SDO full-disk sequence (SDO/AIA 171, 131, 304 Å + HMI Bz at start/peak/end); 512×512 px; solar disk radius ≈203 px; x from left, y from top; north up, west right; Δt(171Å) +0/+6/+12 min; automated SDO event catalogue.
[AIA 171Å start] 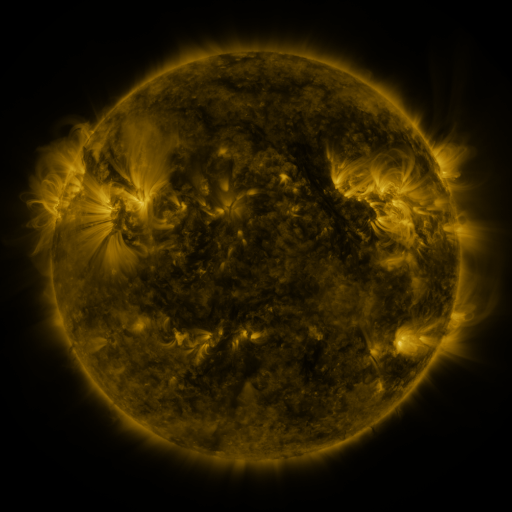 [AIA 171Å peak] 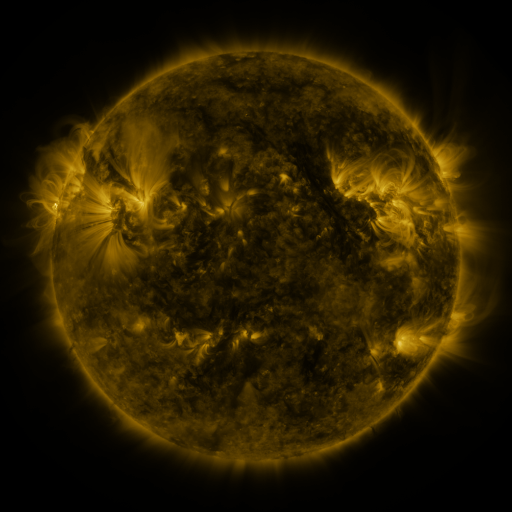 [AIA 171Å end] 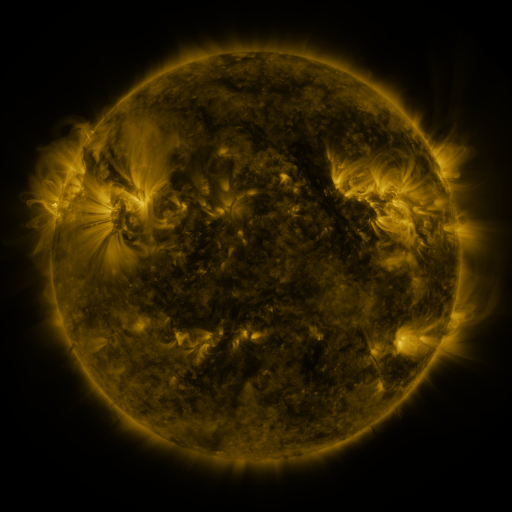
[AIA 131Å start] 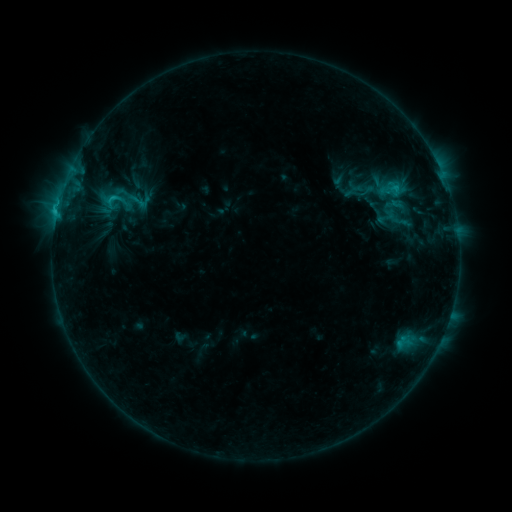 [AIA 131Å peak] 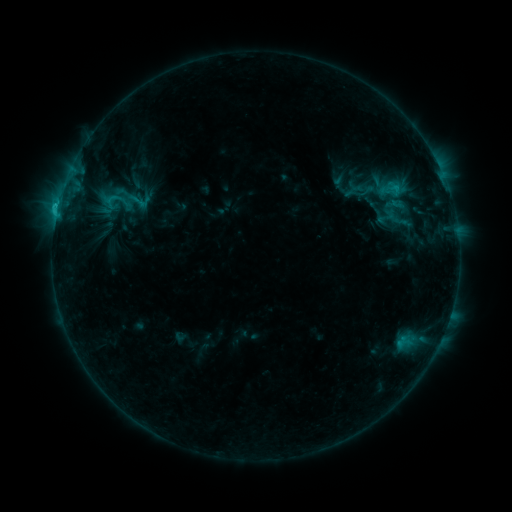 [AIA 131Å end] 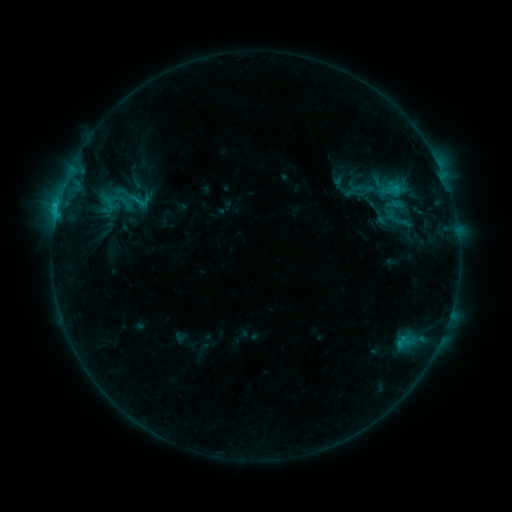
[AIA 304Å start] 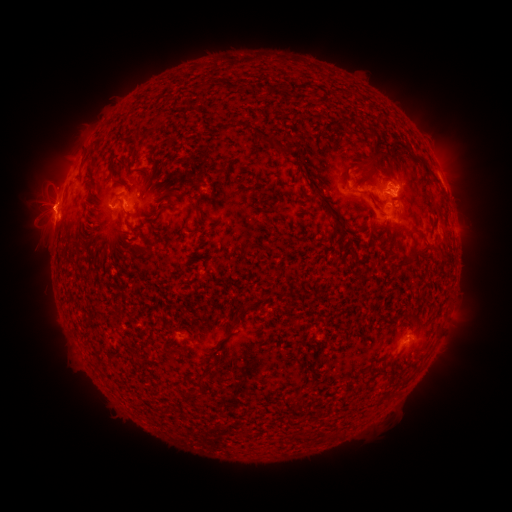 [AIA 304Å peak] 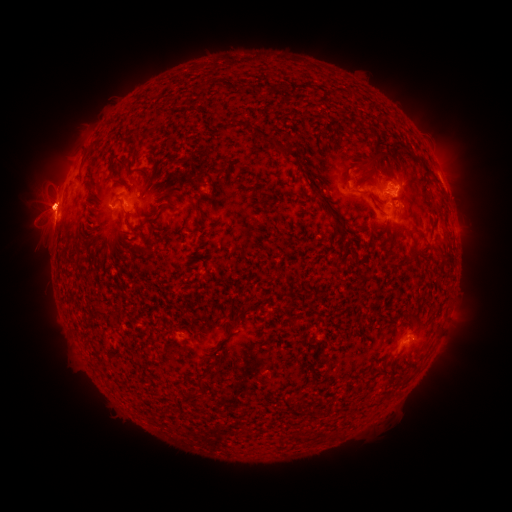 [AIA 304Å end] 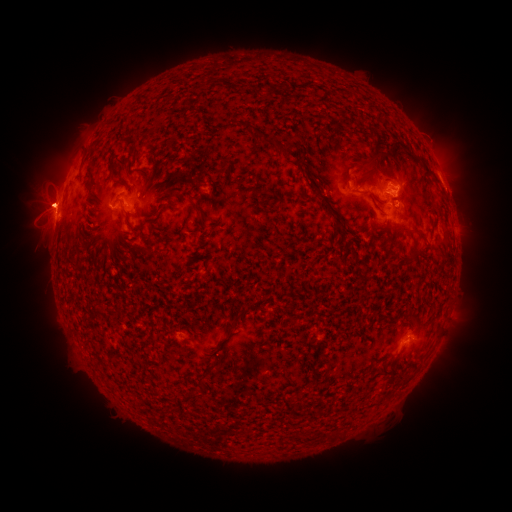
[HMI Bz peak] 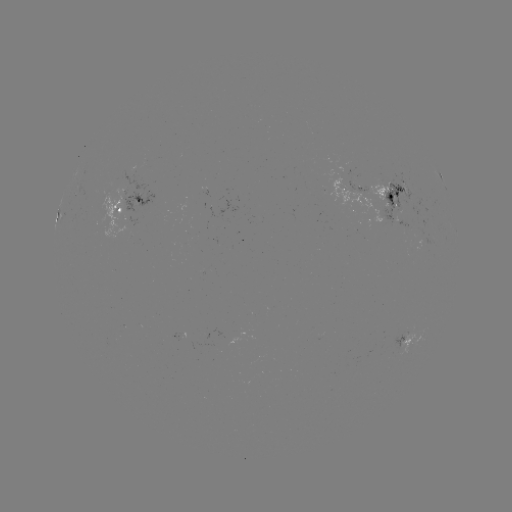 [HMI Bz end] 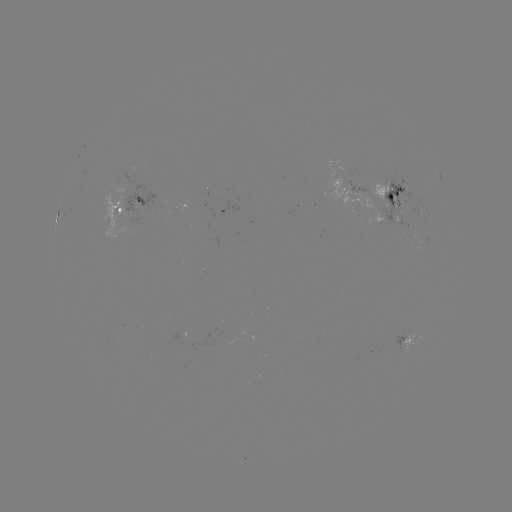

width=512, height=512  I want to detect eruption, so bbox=[16, 174, 78, 250].